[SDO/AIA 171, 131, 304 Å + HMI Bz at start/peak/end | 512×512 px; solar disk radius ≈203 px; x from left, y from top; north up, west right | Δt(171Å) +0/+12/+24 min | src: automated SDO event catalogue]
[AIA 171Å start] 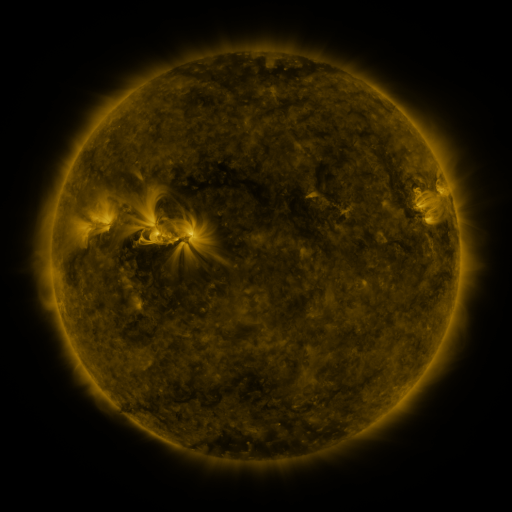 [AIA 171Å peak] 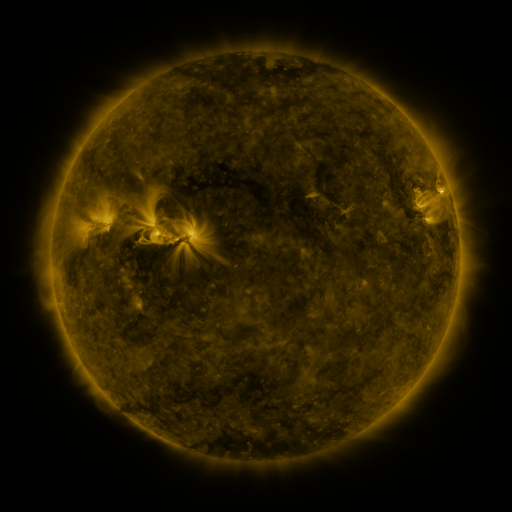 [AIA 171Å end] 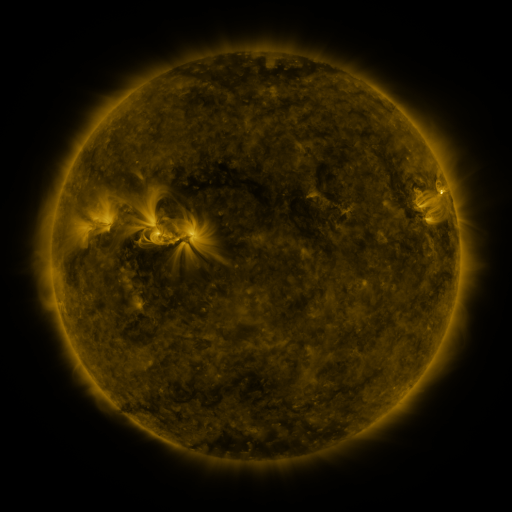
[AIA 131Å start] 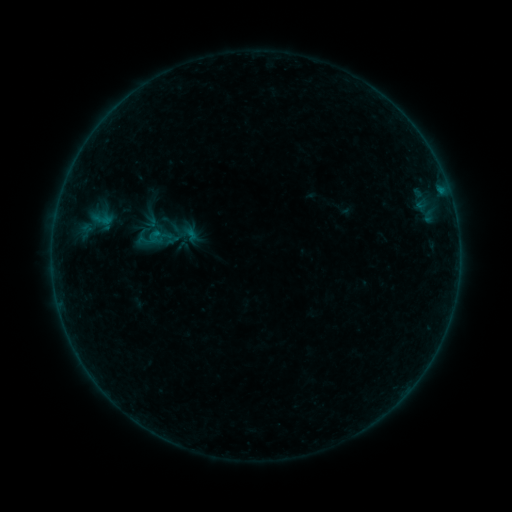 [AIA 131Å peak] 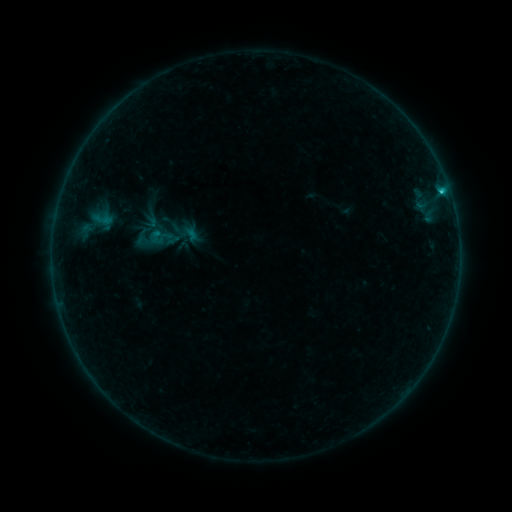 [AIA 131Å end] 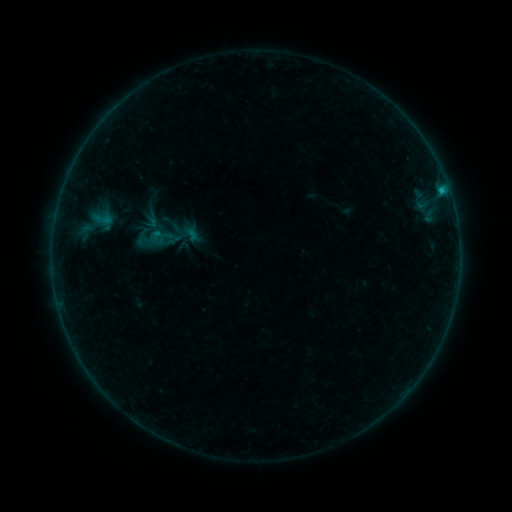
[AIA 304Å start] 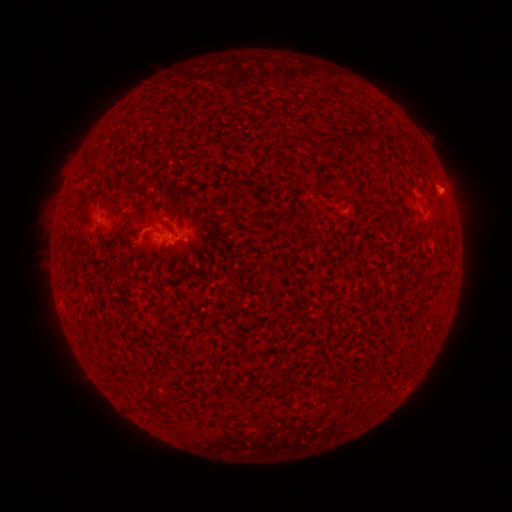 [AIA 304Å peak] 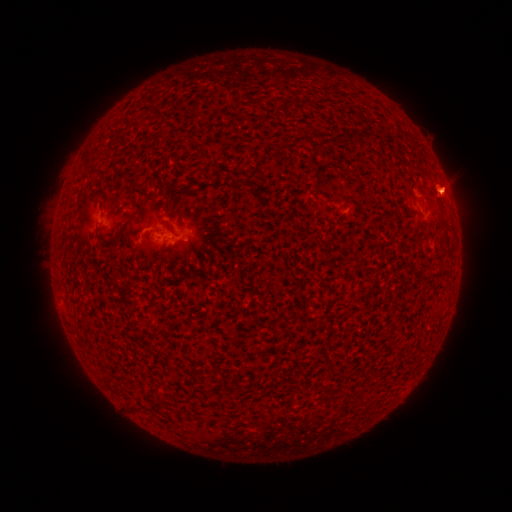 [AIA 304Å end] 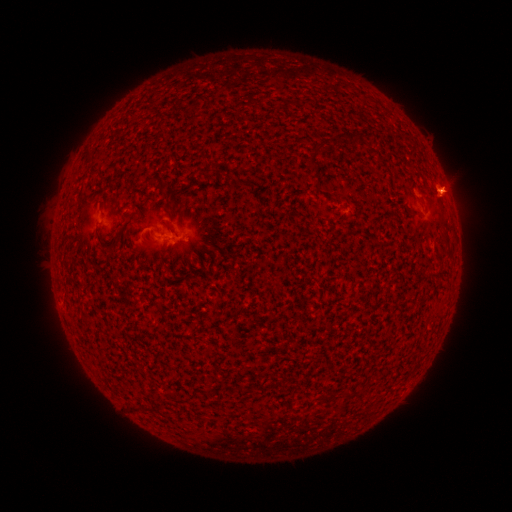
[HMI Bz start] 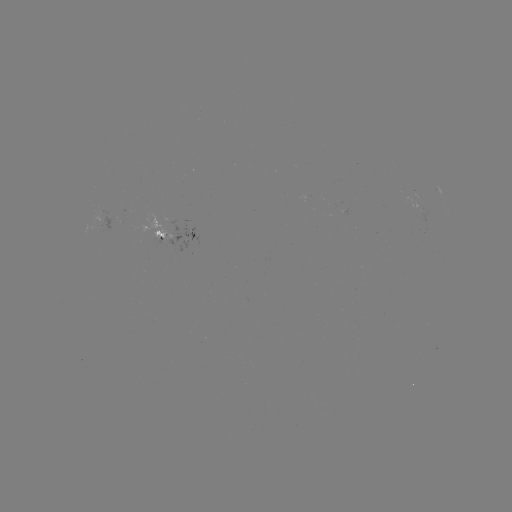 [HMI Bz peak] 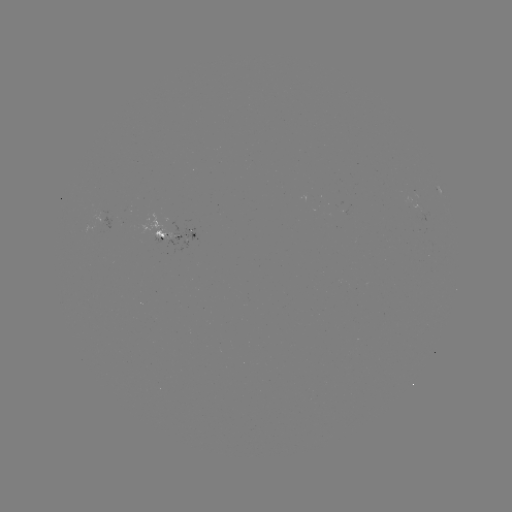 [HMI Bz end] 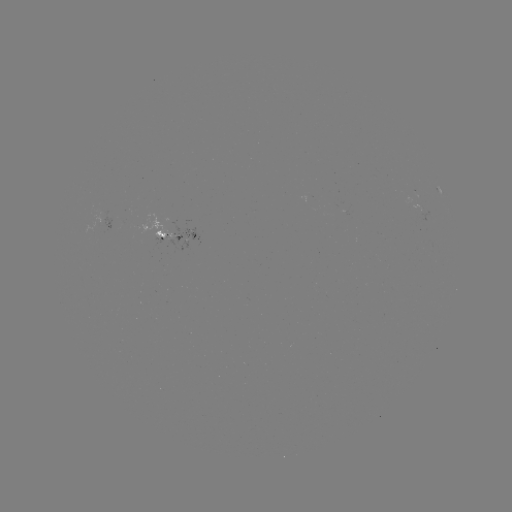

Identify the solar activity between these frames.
B8.1 flare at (441, 192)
